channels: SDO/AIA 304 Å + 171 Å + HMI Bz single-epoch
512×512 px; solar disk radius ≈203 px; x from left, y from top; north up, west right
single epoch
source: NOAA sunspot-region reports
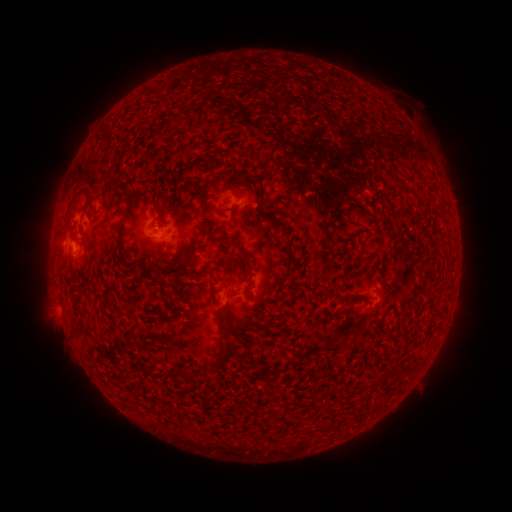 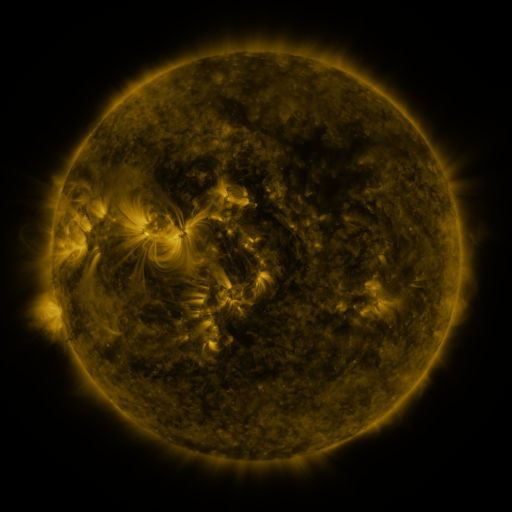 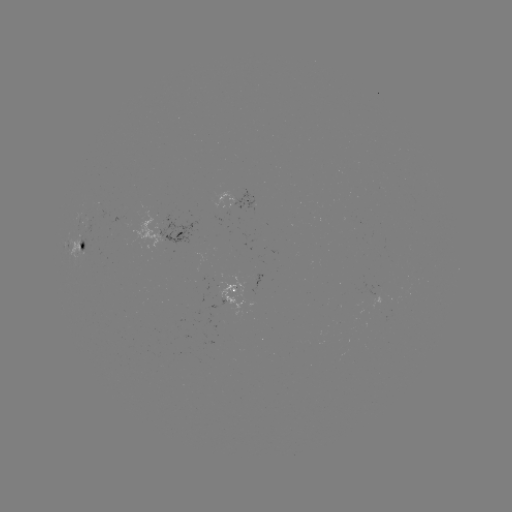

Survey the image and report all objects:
spotted active region: (239, 203)
spotted active region: (174, 237)
spotted active region: (83, 249)
spotted active region: (238, 291)
